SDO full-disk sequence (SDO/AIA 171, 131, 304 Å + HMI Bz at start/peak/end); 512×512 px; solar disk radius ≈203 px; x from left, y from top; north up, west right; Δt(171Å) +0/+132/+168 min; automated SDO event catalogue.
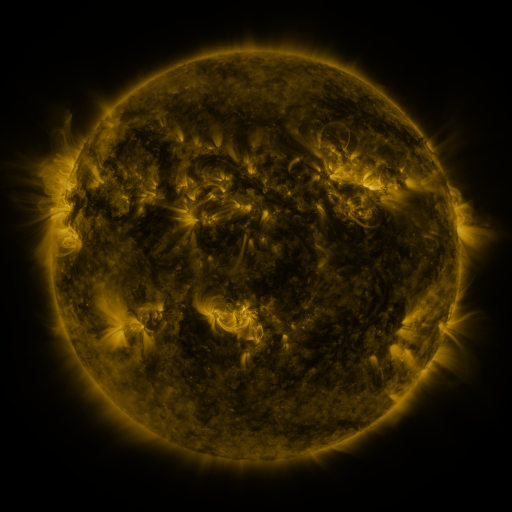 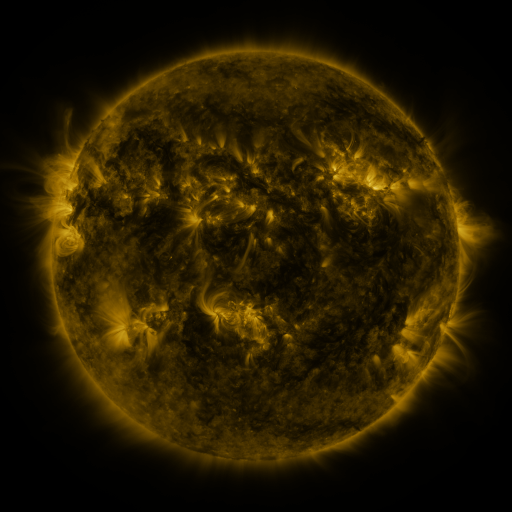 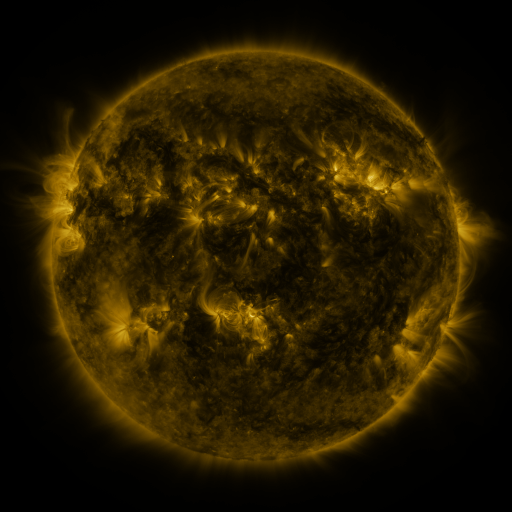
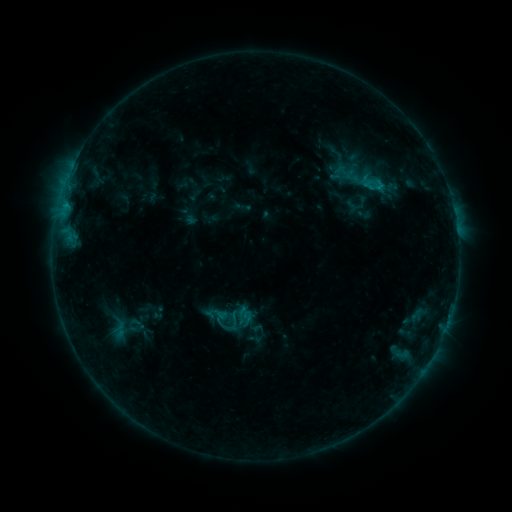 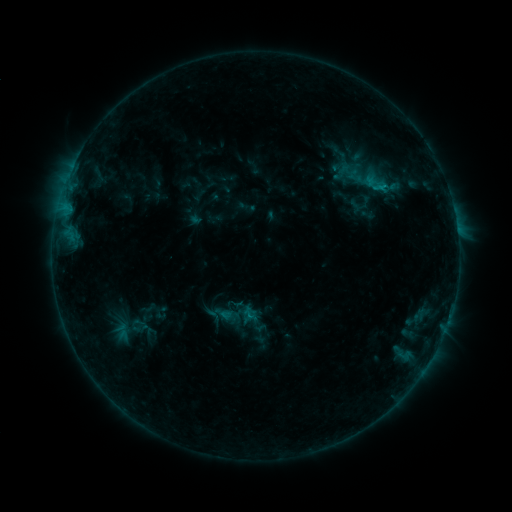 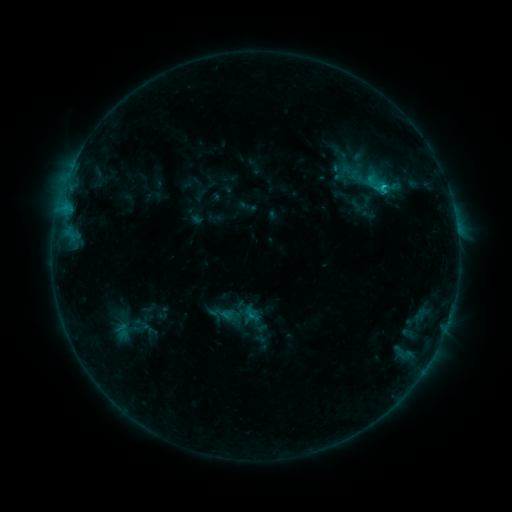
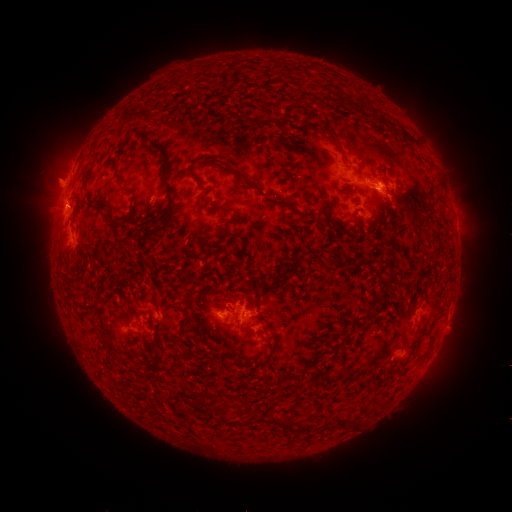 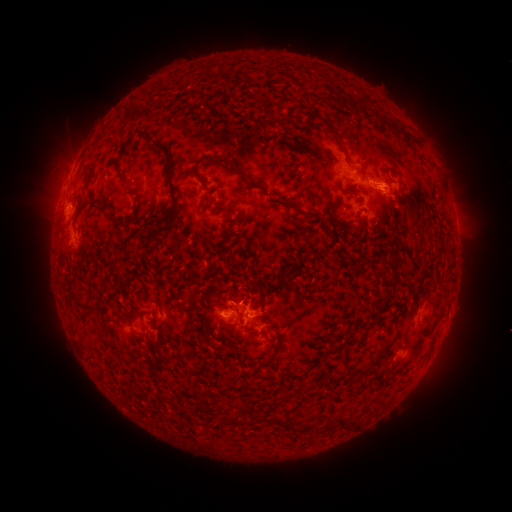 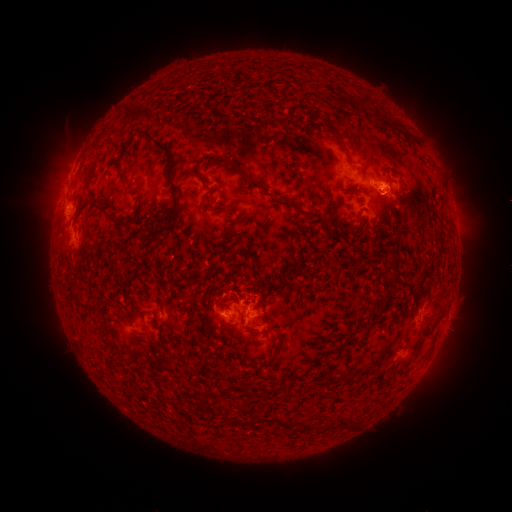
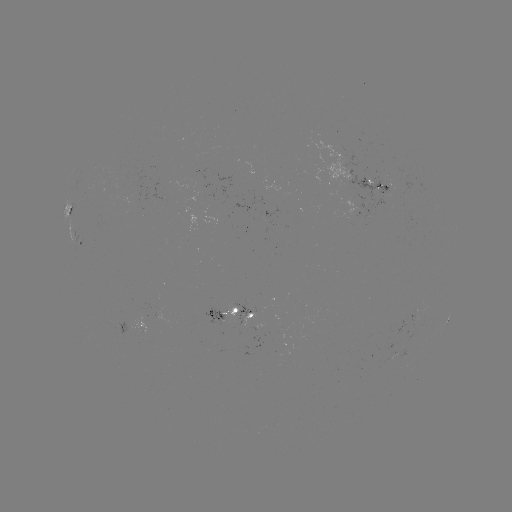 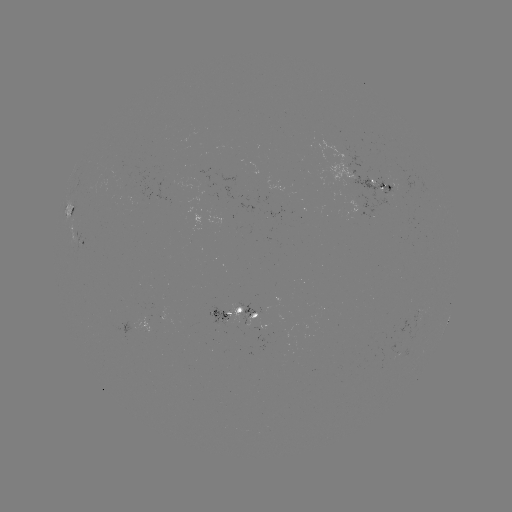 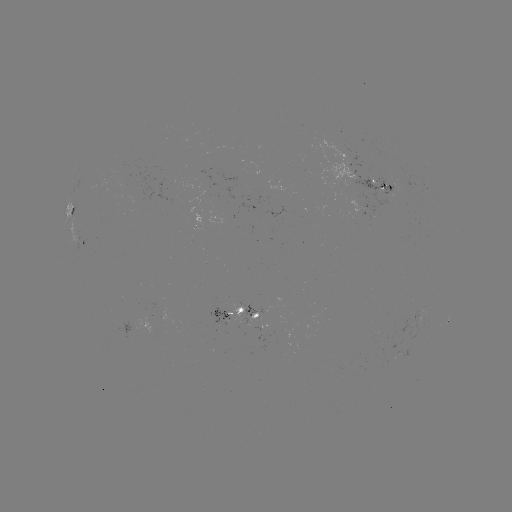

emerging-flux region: [347, 169, 406, 220]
